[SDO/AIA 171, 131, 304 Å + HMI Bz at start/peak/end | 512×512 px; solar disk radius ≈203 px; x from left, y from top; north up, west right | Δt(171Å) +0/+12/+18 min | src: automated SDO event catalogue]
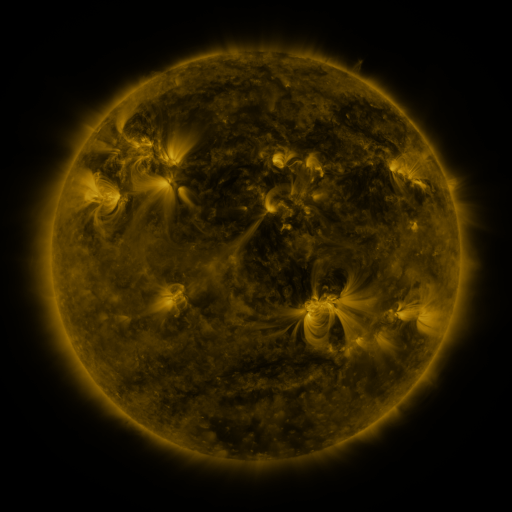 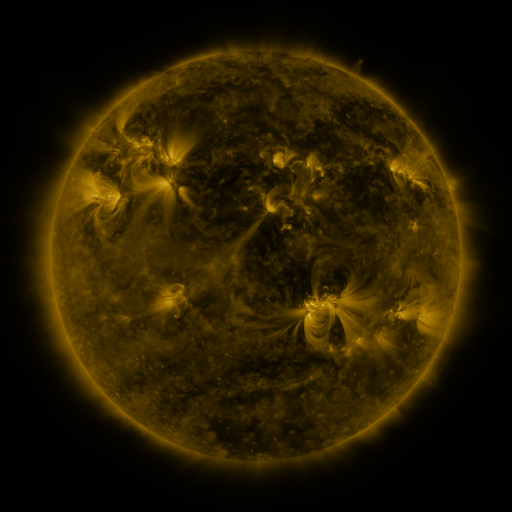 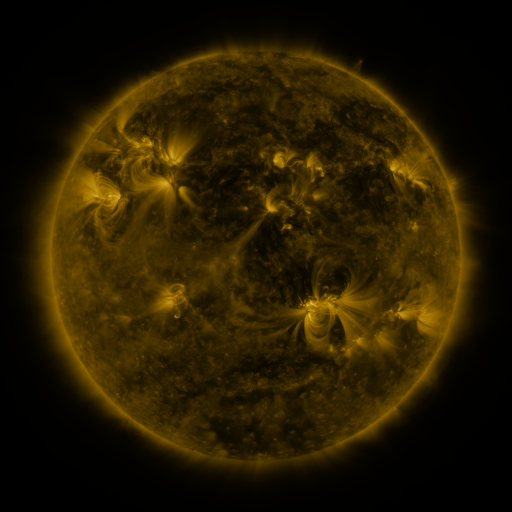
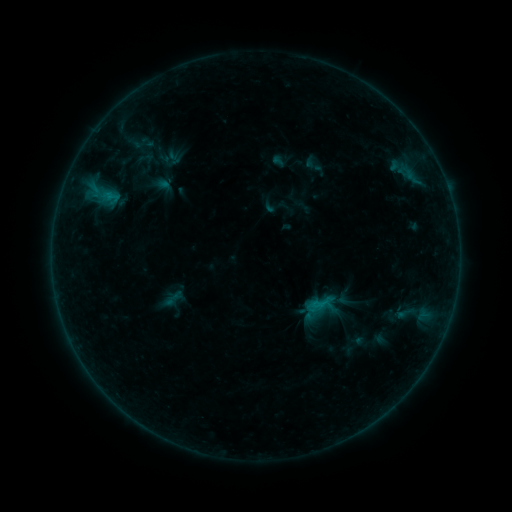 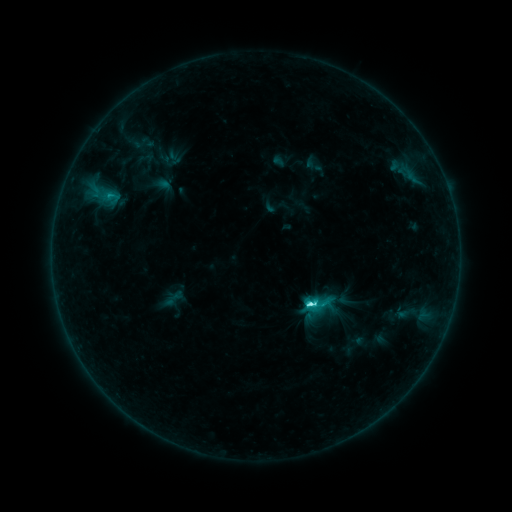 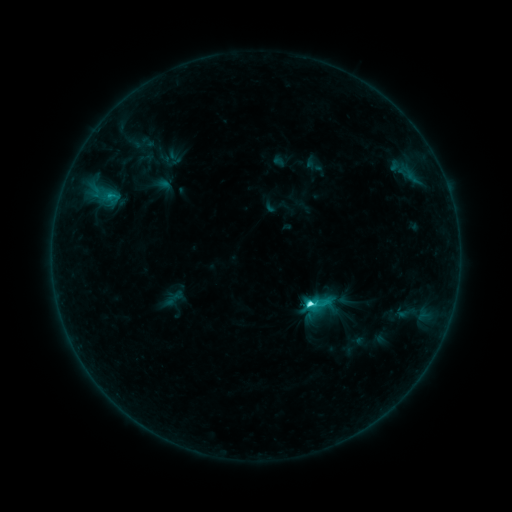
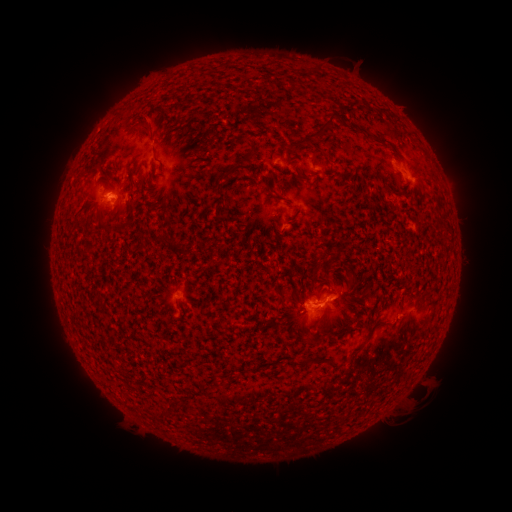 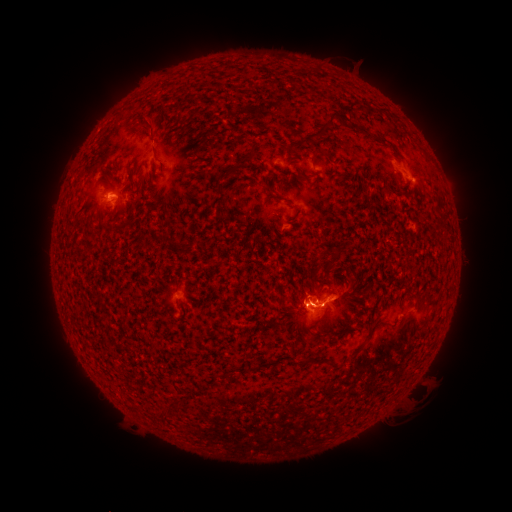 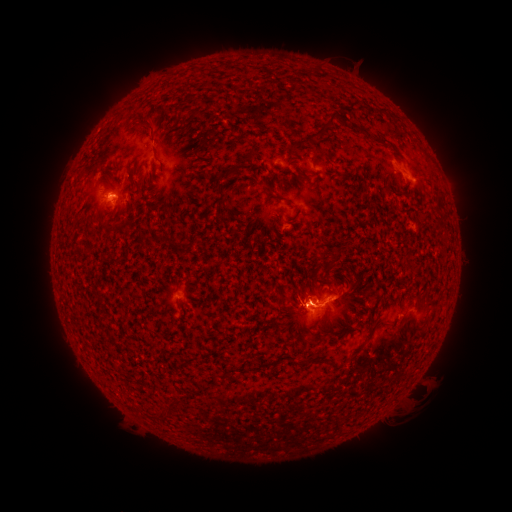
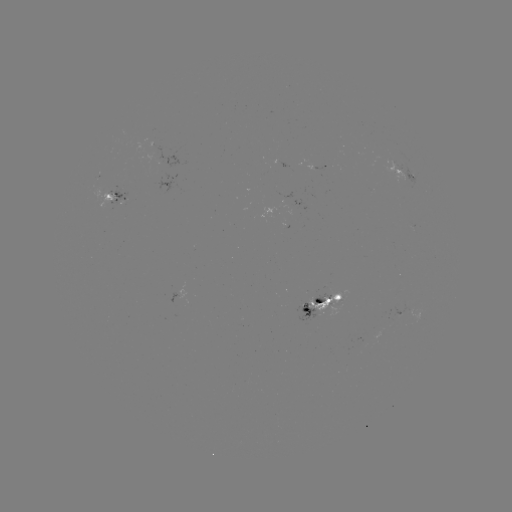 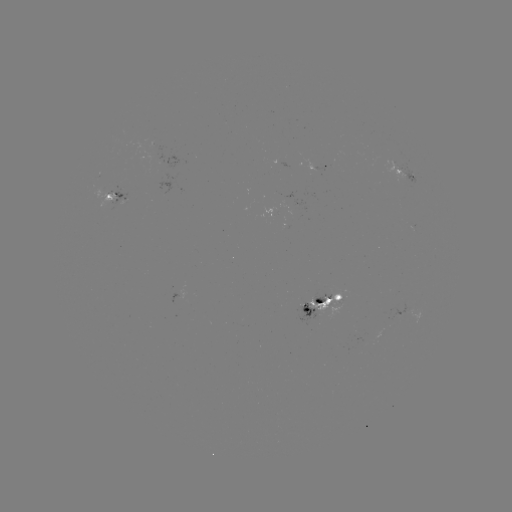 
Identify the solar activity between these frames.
C4.8 flare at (308, 303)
